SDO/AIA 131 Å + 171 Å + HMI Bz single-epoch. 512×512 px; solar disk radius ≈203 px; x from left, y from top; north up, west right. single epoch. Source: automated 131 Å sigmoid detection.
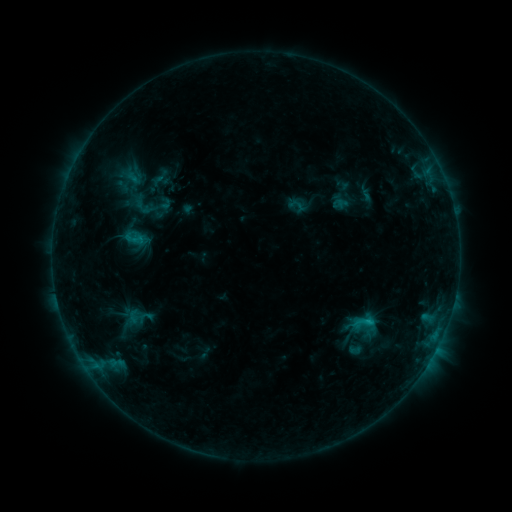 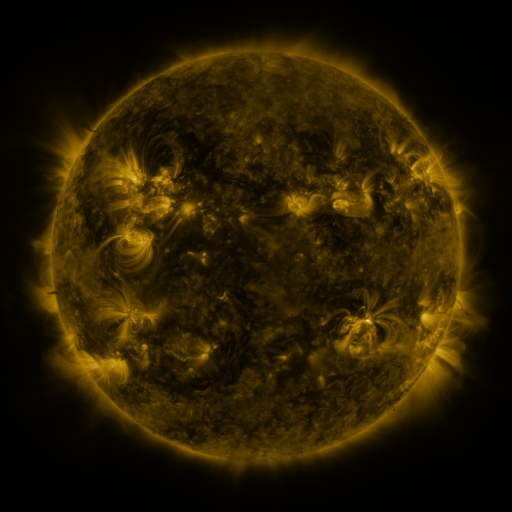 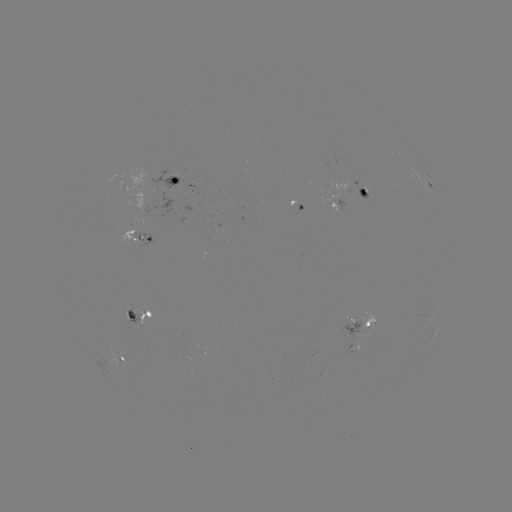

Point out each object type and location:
sigmoid: (138, 317)
sigmoid: (363, 323)
